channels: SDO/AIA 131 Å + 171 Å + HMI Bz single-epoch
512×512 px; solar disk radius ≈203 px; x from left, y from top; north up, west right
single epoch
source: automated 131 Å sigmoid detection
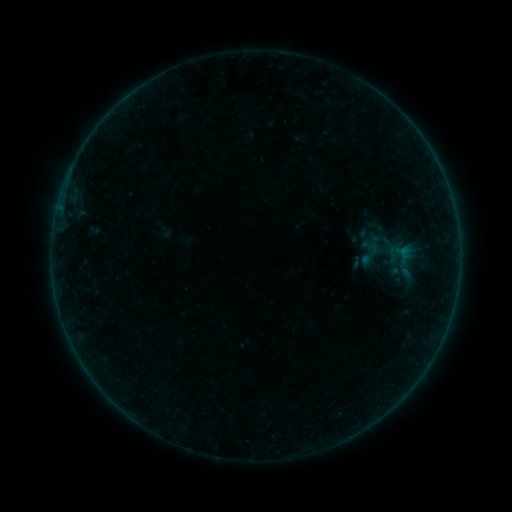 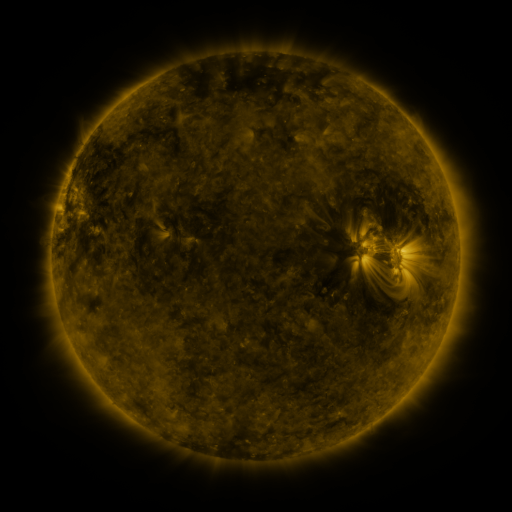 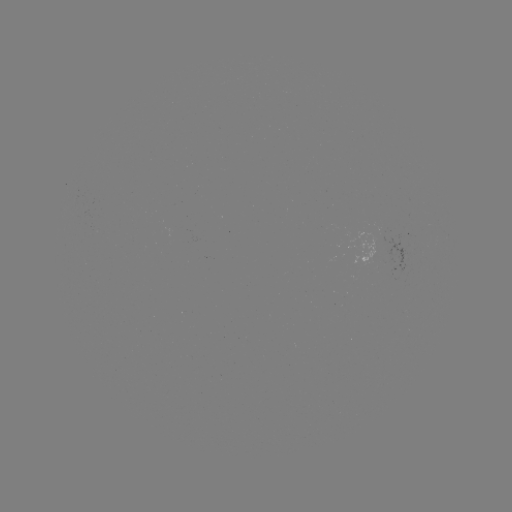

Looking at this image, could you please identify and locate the sigmoid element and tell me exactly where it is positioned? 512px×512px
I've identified sigmoid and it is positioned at [370, 254].